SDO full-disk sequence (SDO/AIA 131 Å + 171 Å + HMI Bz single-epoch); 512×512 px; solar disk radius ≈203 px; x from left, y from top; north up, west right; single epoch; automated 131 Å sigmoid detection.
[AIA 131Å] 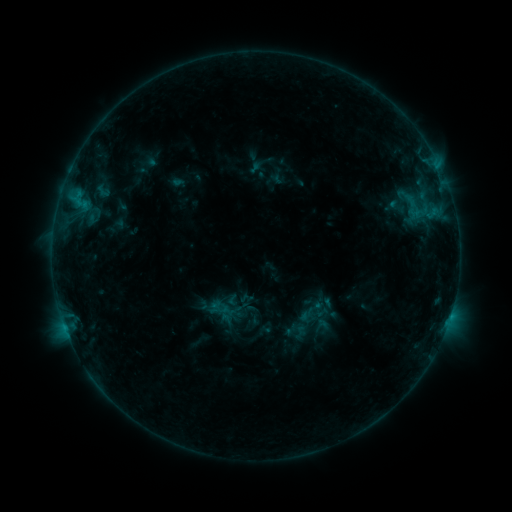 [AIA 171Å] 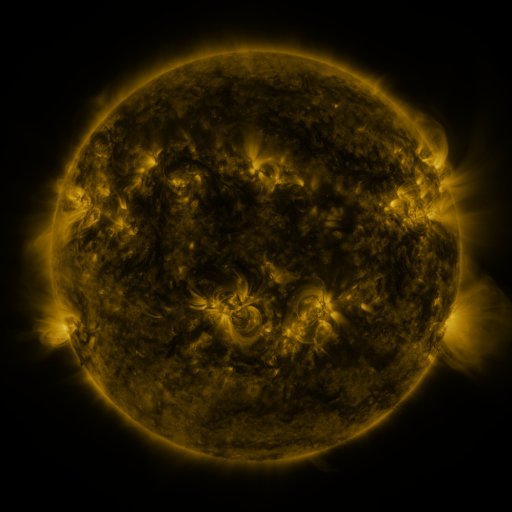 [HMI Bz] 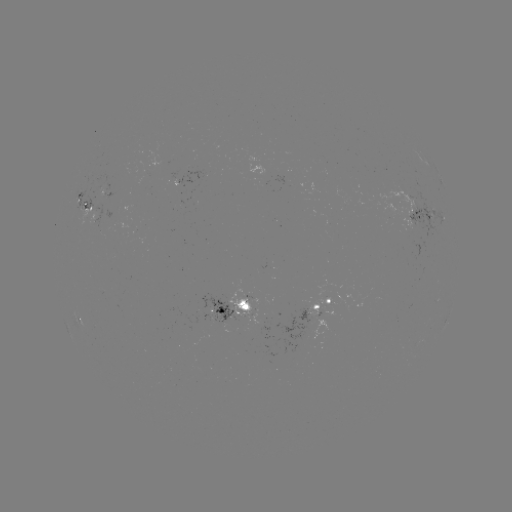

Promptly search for sigmoid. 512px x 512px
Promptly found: (220, 310).